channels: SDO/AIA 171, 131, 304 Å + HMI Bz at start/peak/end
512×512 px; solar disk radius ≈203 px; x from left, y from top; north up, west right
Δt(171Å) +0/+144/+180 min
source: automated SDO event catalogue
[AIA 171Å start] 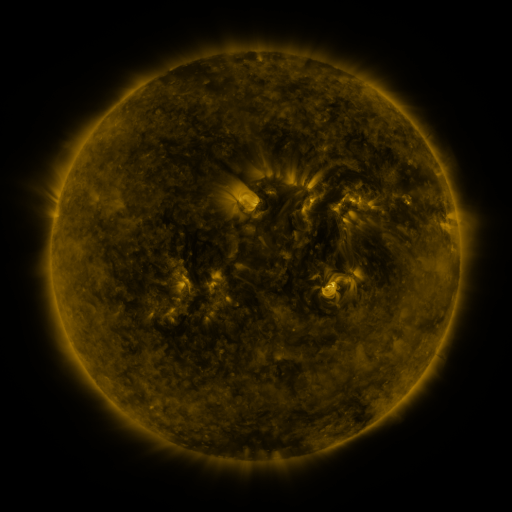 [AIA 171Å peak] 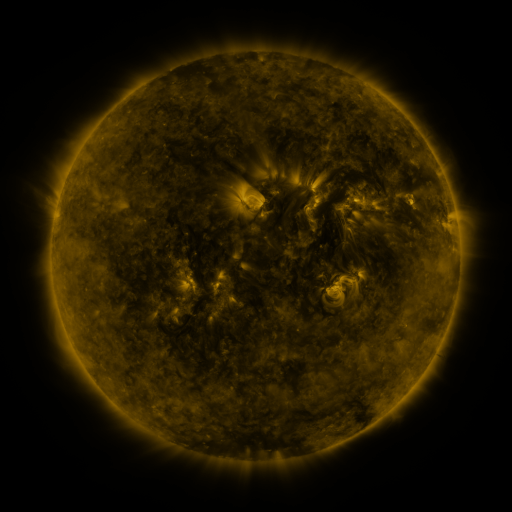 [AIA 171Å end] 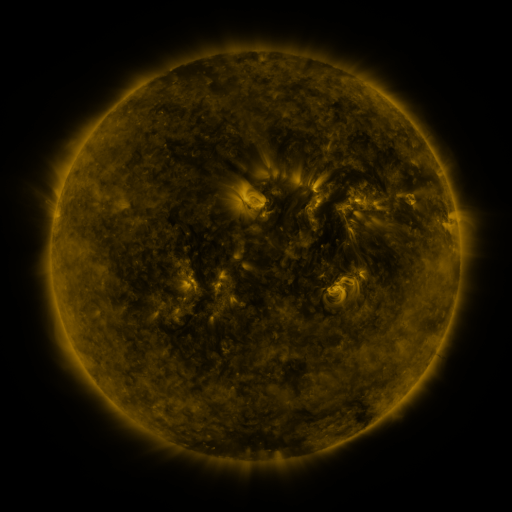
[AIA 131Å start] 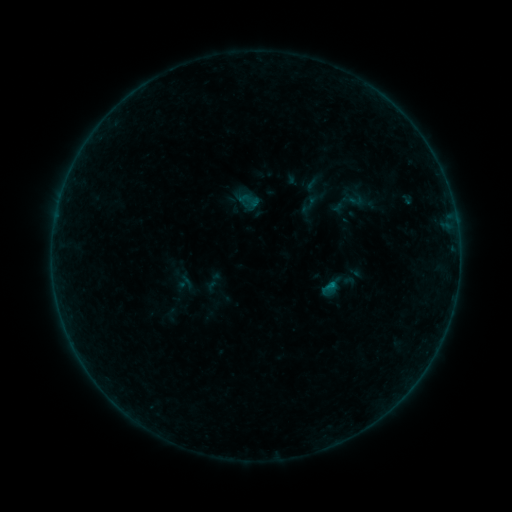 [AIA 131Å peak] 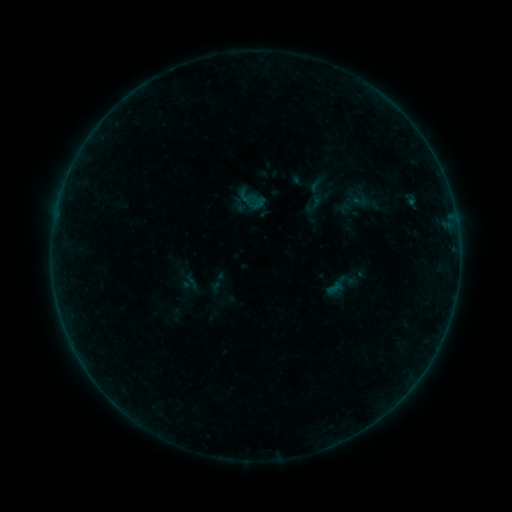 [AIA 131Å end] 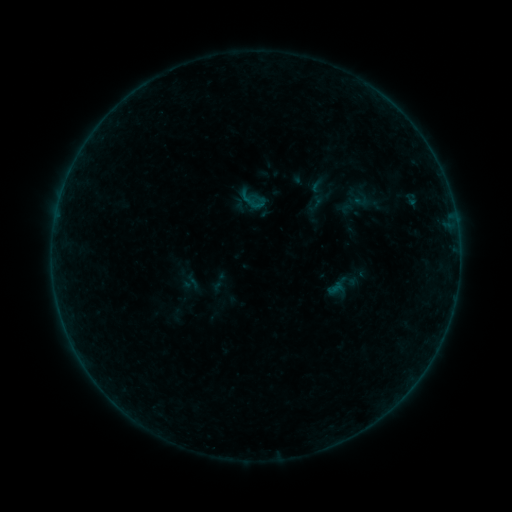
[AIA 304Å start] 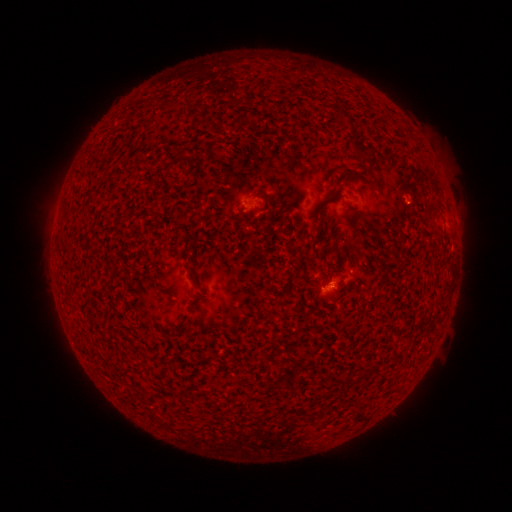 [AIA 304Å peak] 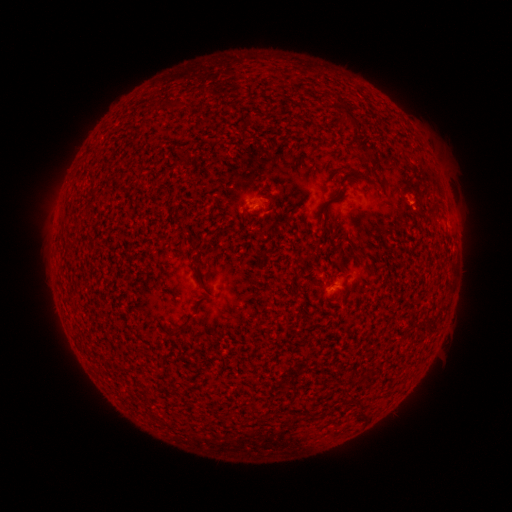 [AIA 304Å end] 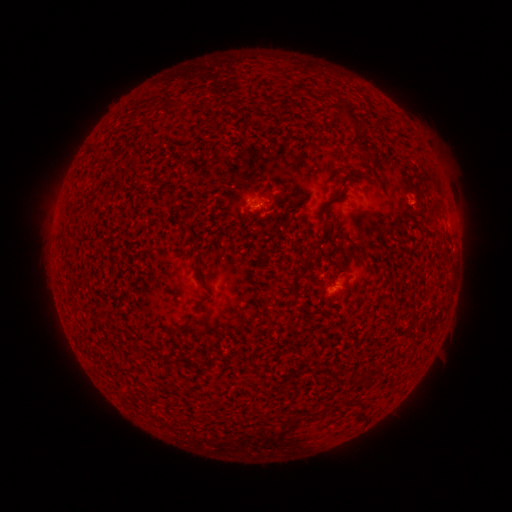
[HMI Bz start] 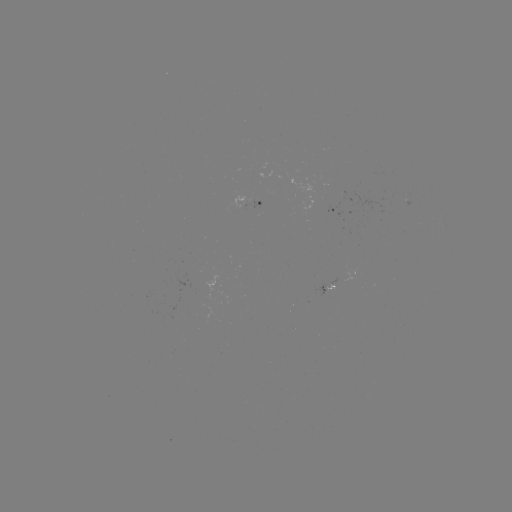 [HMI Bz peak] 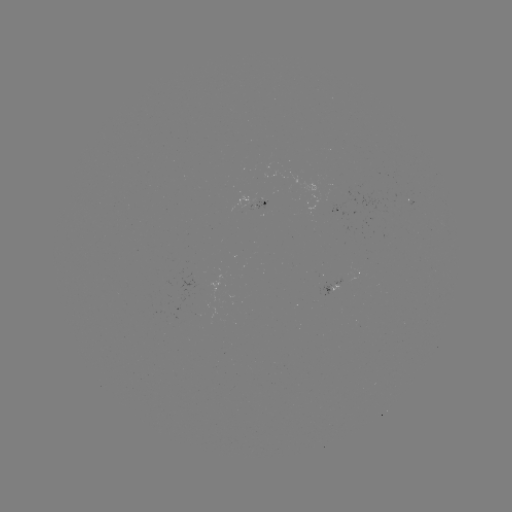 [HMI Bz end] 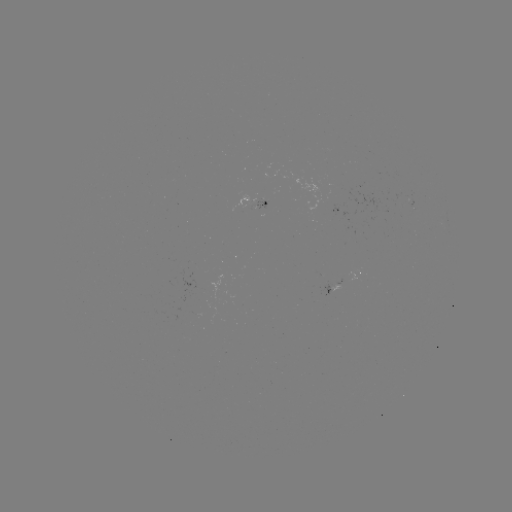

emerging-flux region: [254, 200, 266, 210]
